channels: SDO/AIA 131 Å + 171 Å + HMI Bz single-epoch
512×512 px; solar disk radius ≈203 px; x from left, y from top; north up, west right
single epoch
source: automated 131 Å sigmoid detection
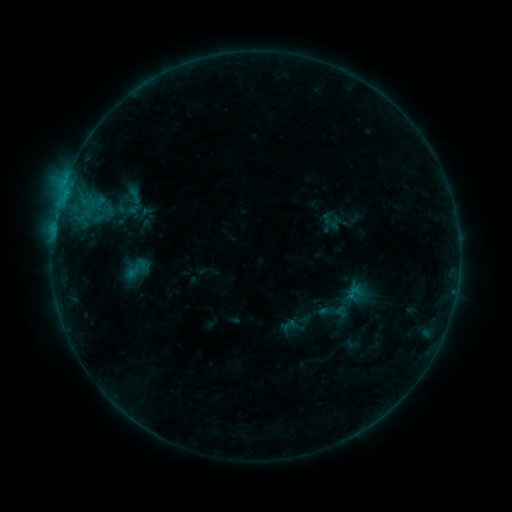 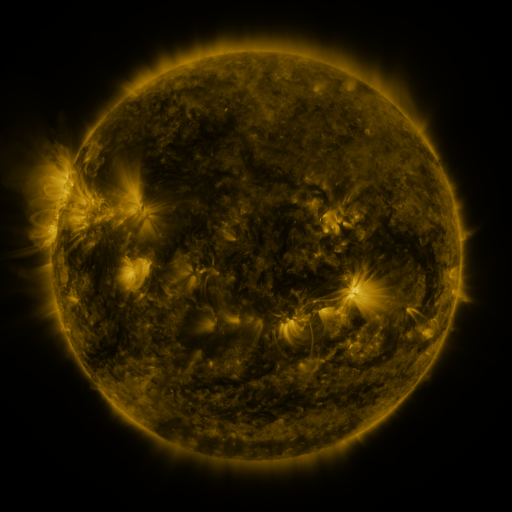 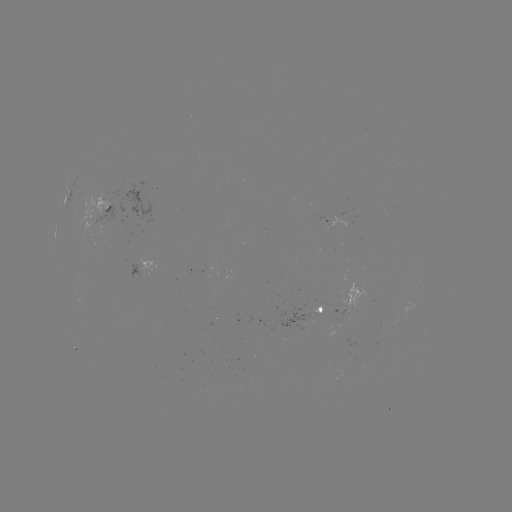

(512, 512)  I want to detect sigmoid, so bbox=[345, 284, 362, 301].